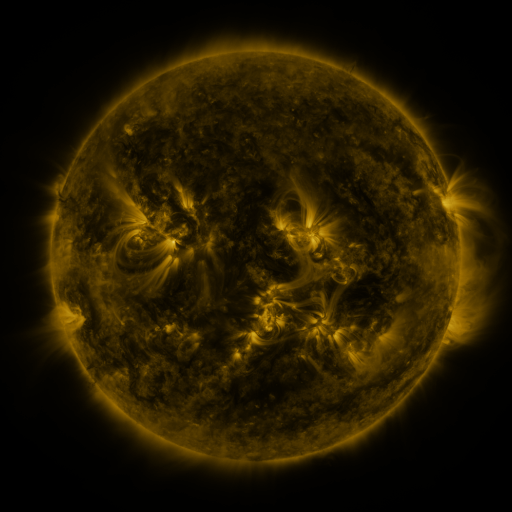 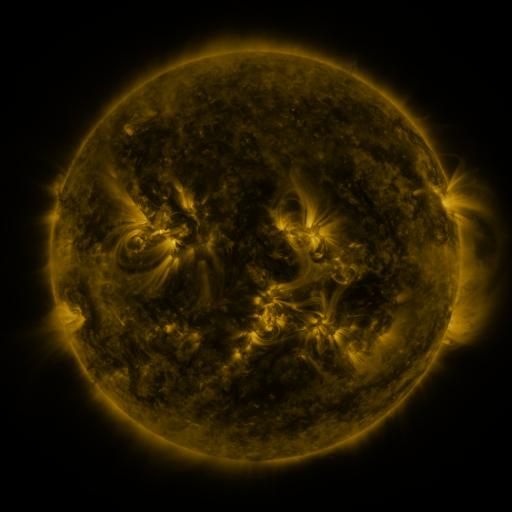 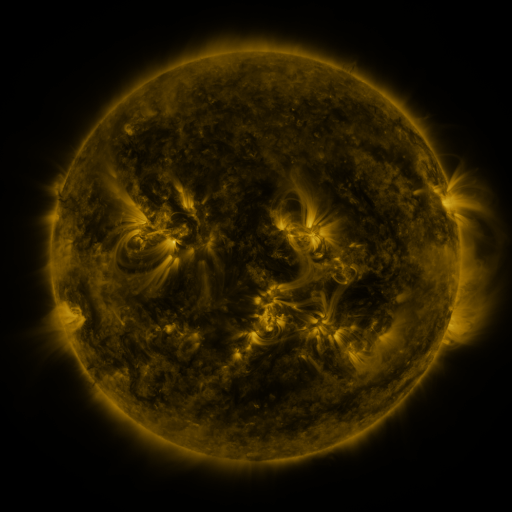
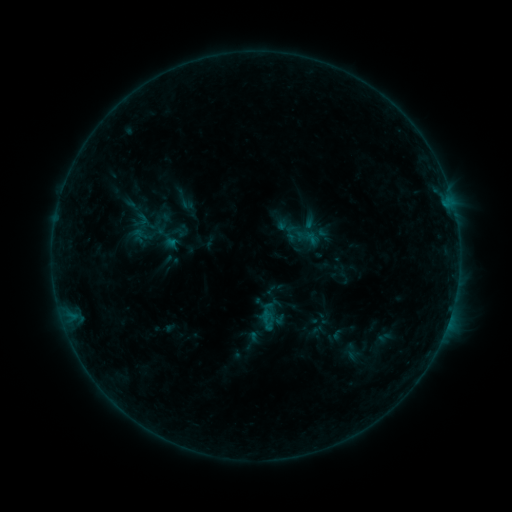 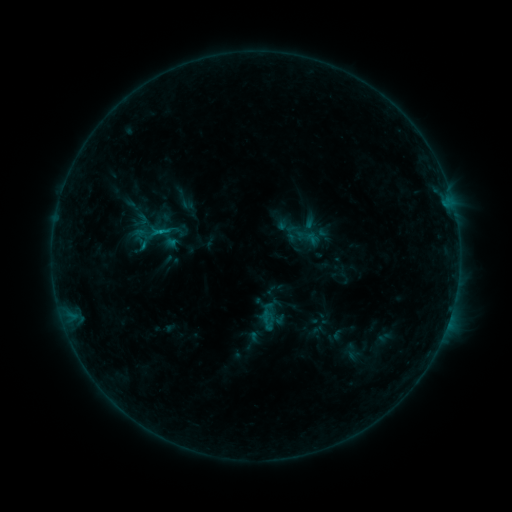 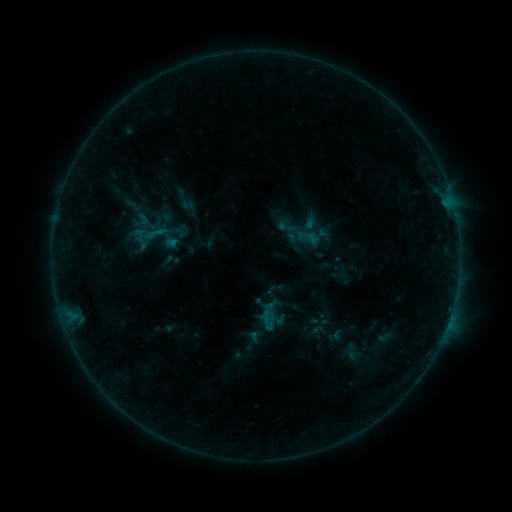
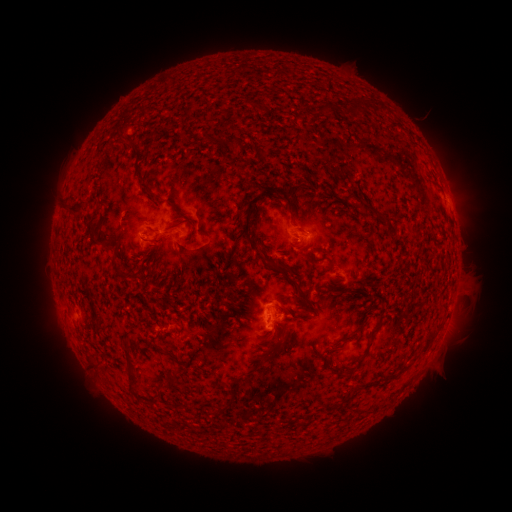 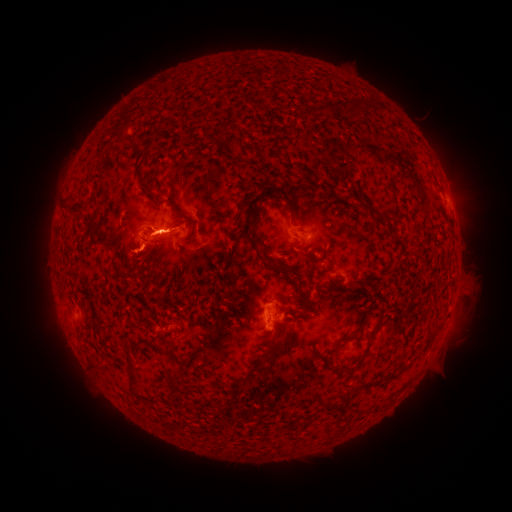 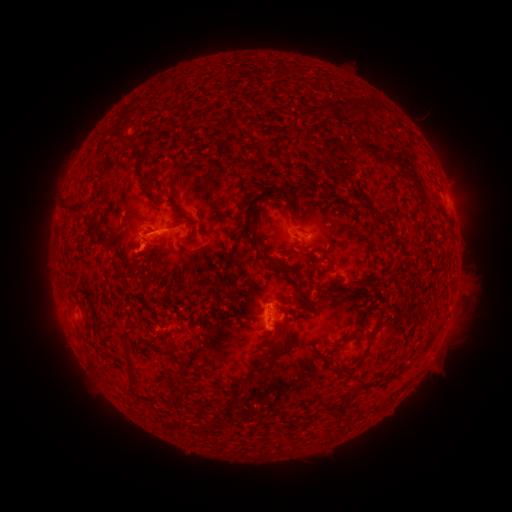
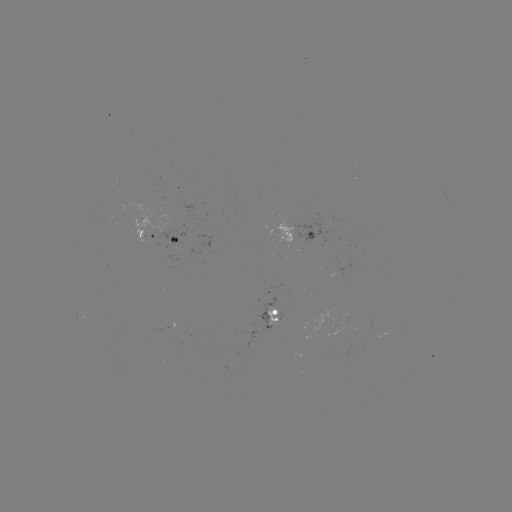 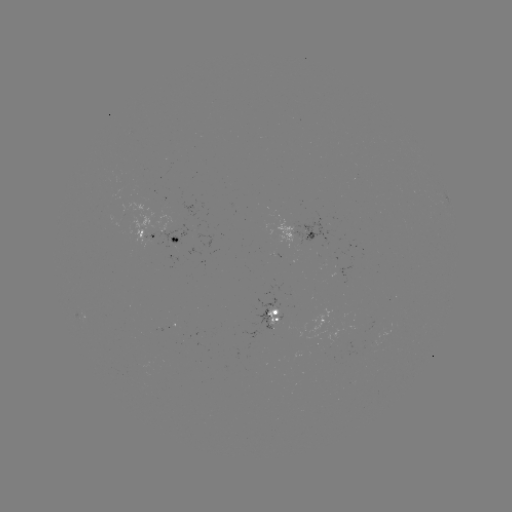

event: flare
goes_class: B7.3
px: (162, 232)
